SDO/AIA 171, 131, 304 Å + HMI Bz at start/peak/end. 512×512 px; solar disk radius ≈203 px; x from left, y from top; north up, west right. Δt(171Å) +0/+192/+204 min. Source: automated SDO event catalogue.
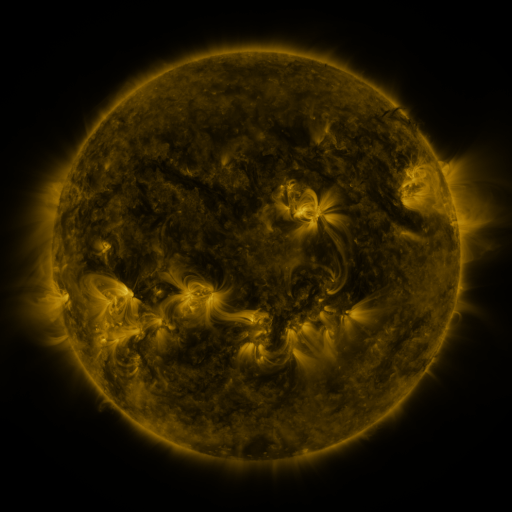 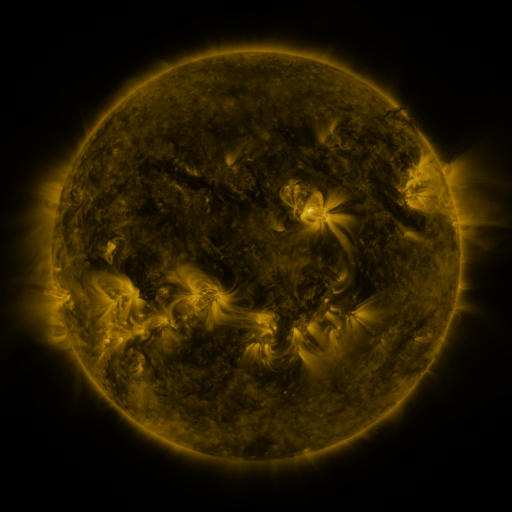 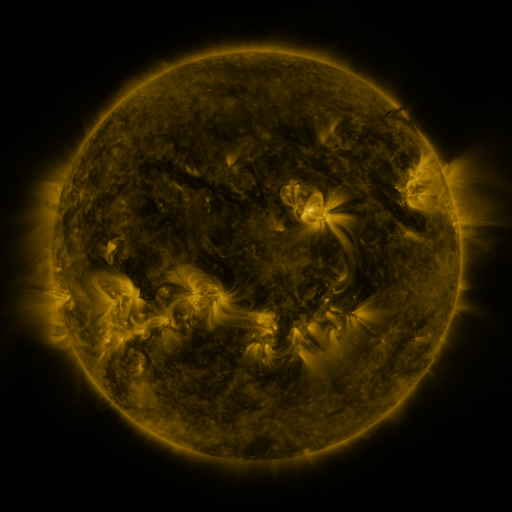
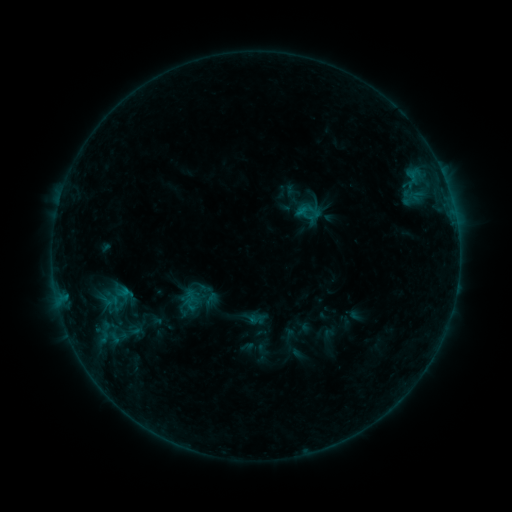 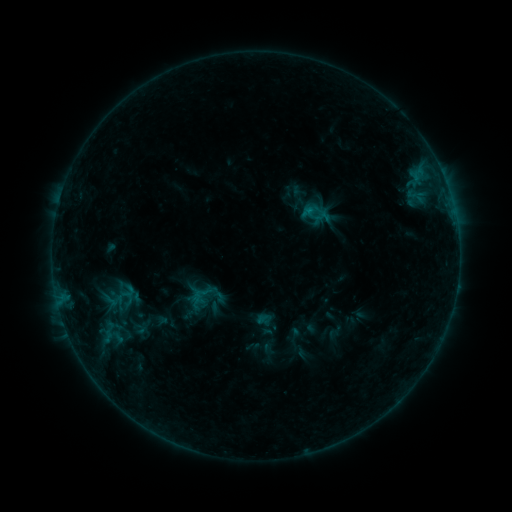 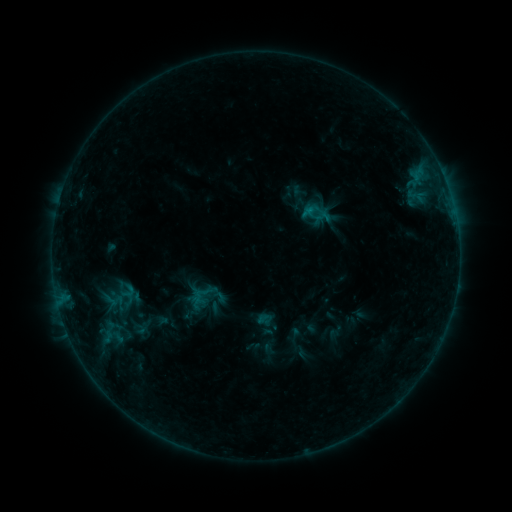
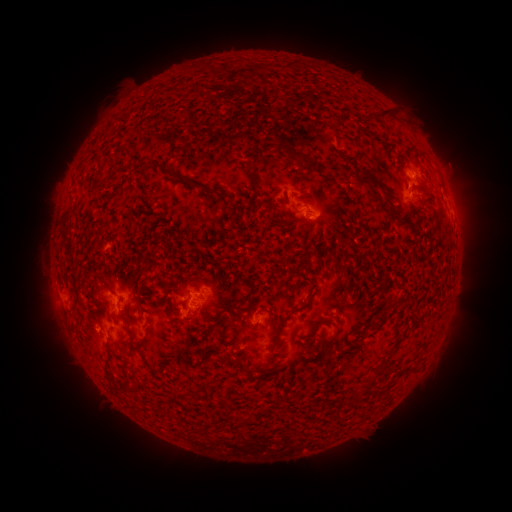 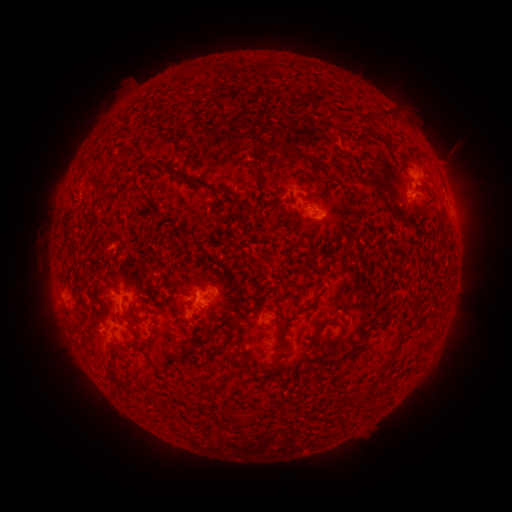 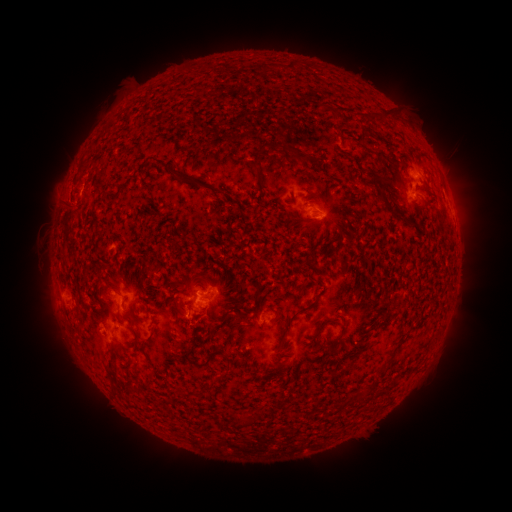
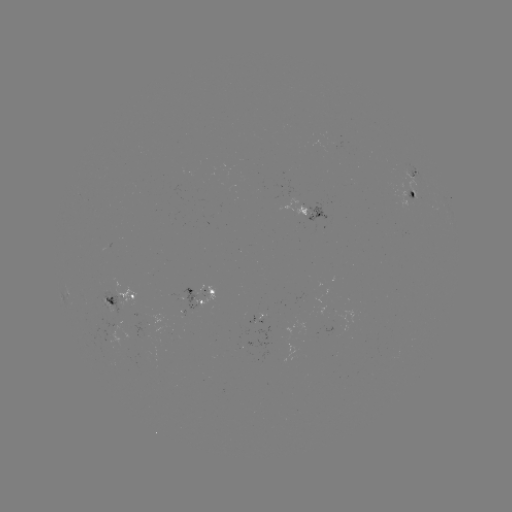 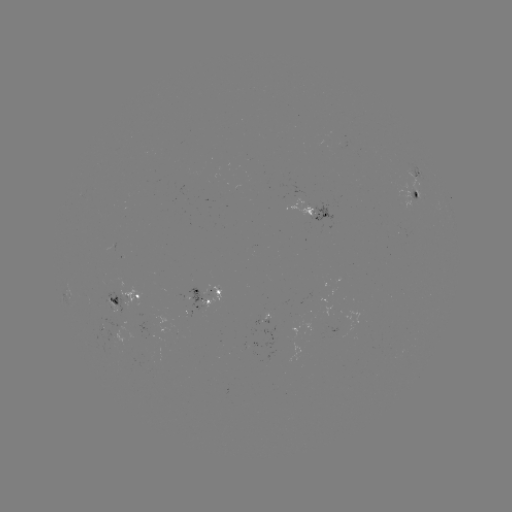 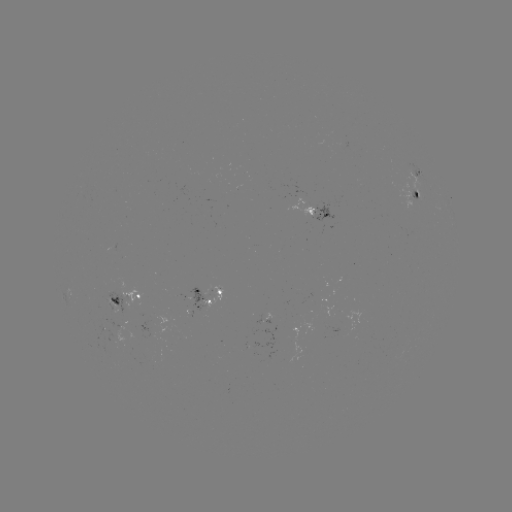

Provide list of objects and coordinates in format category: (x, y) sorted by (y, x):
emerging-flux region: (309, 211)
